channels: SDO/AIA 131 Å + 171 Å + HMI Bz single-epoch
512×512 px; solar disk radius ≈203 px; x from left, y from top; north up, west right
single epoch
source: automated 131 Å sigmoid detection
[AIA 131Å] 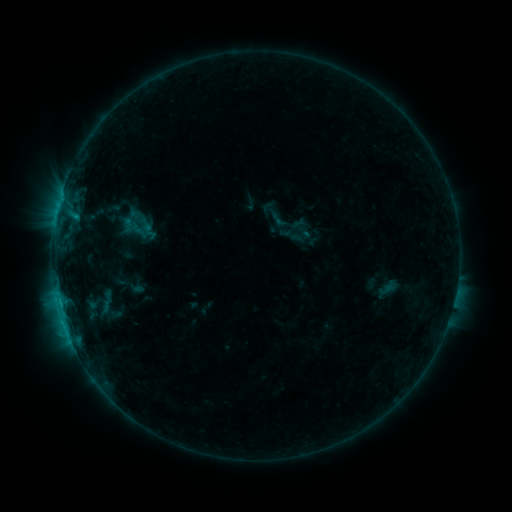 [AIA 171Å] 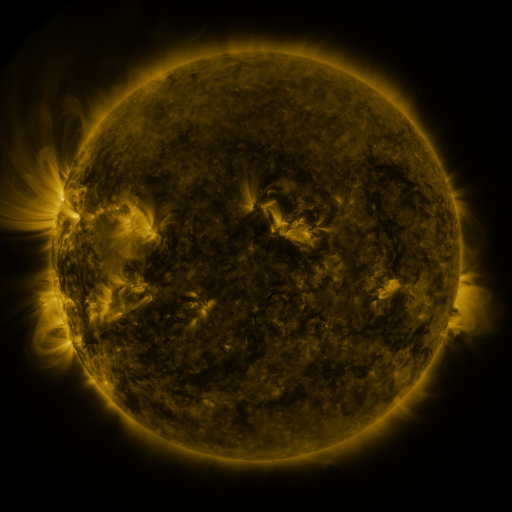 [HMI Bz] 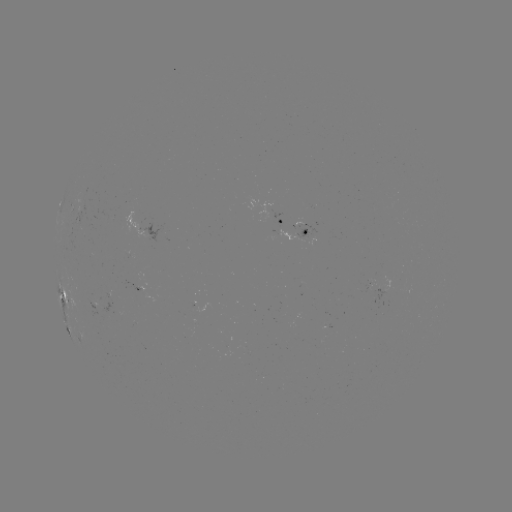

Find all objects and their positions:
sigmoid: (130, 225)
sigmoid: (149, 231)
